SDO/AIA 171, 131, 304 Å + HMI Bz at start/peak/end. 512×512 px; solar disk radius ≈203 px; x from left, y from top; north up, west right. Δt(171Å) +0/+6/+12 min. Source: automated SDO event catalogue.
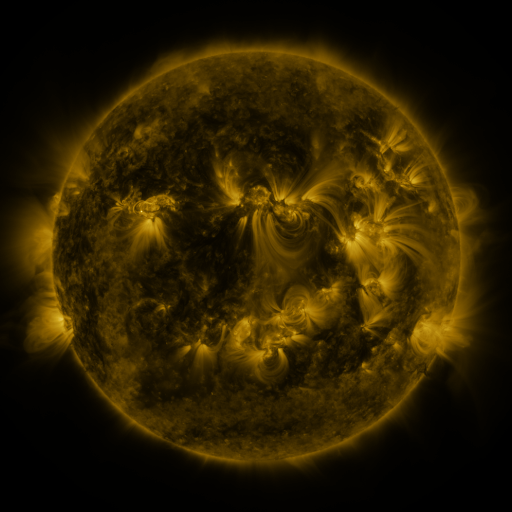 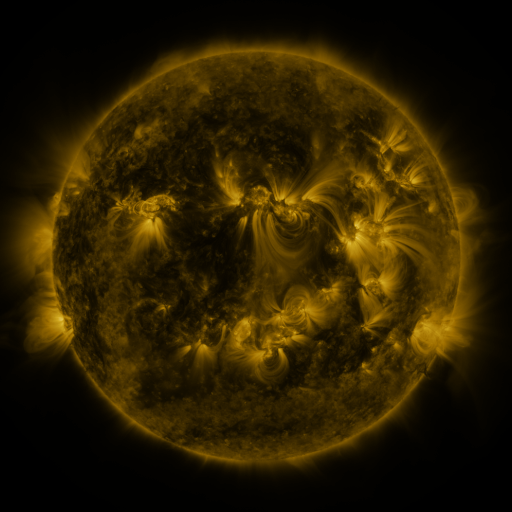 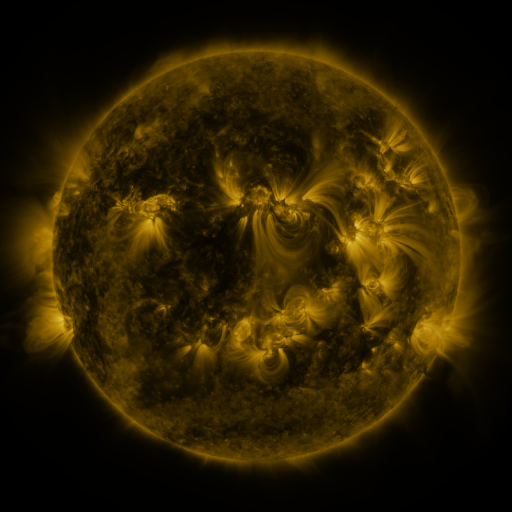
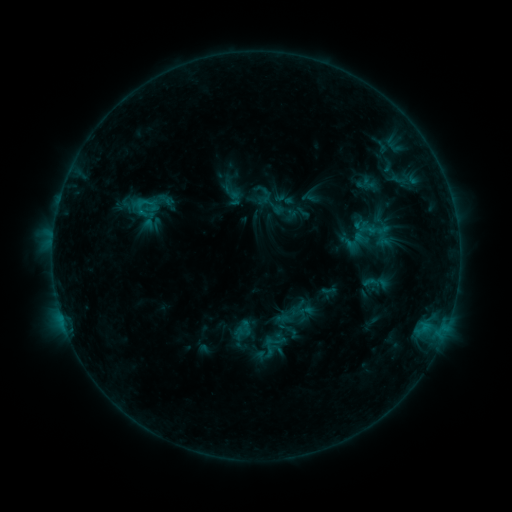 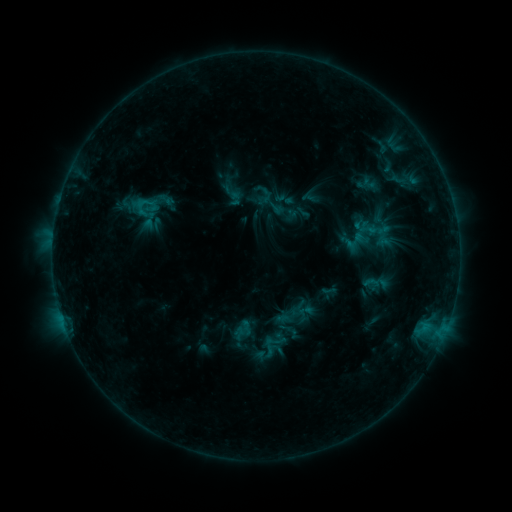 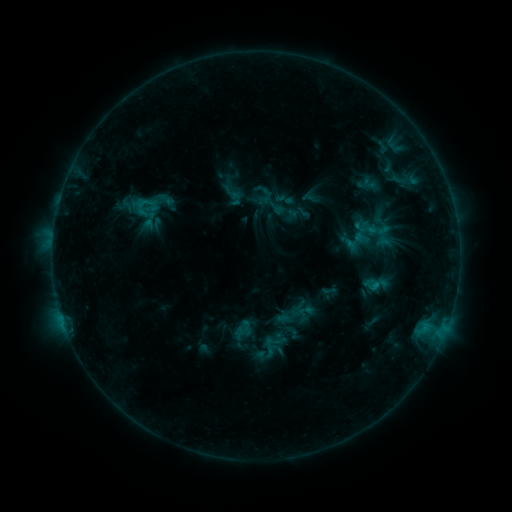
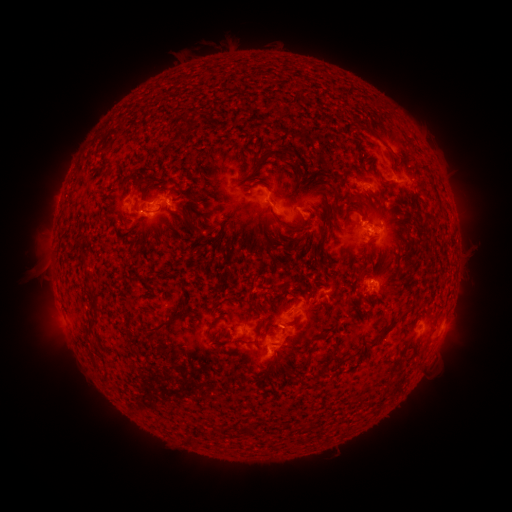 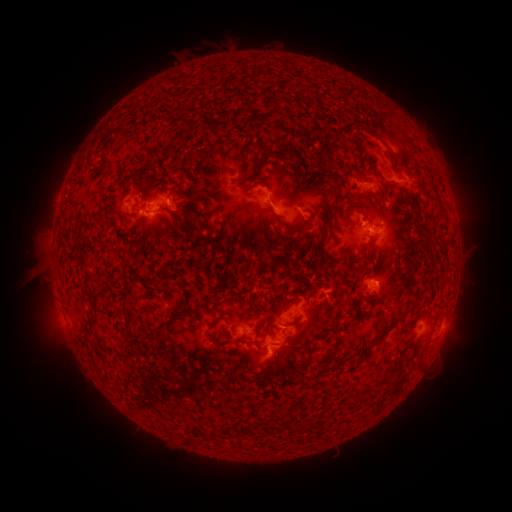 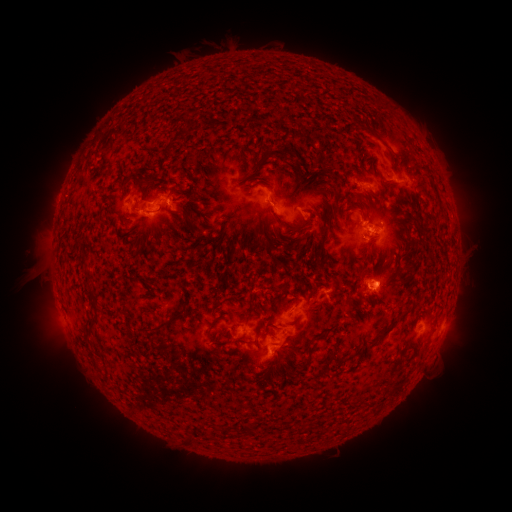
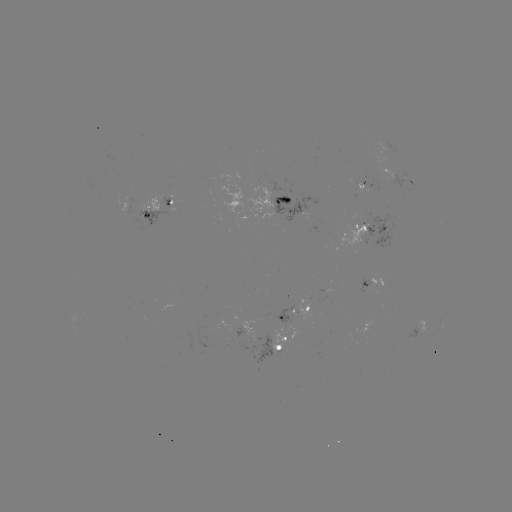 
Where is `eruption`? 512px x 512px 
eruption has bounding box [363, 257, 409, 306].